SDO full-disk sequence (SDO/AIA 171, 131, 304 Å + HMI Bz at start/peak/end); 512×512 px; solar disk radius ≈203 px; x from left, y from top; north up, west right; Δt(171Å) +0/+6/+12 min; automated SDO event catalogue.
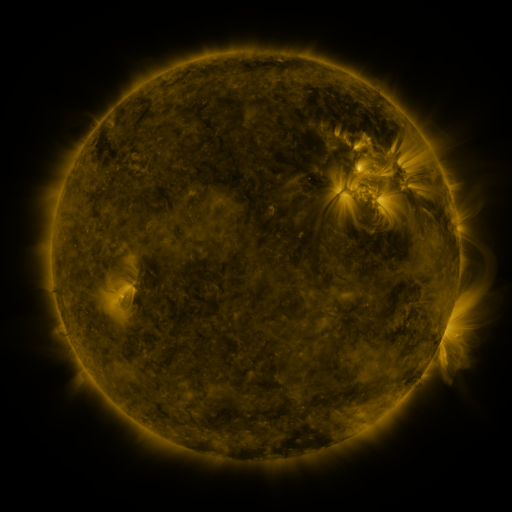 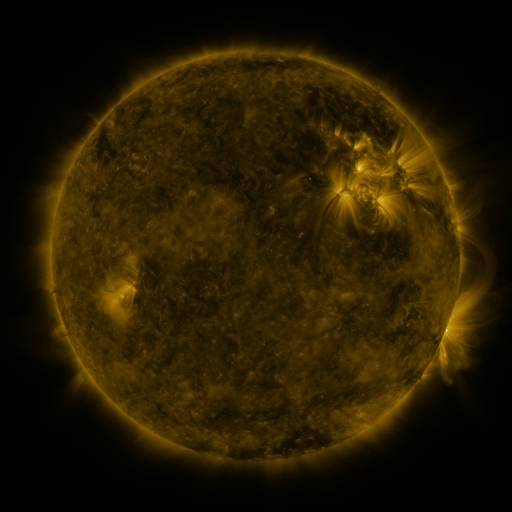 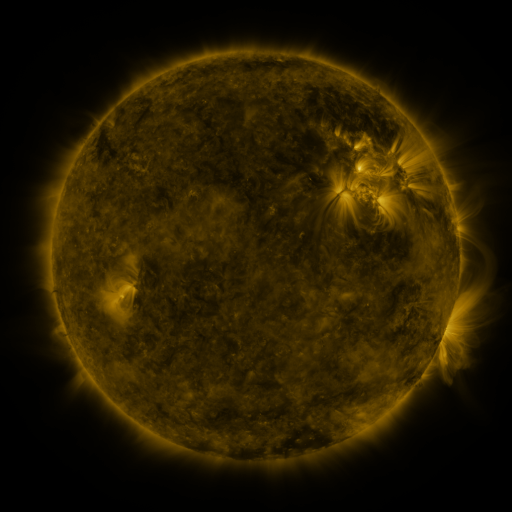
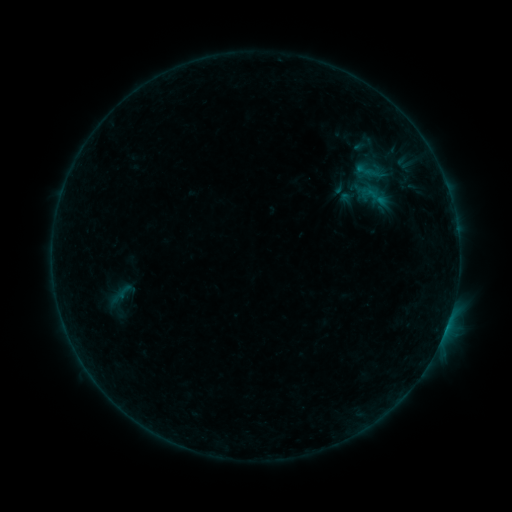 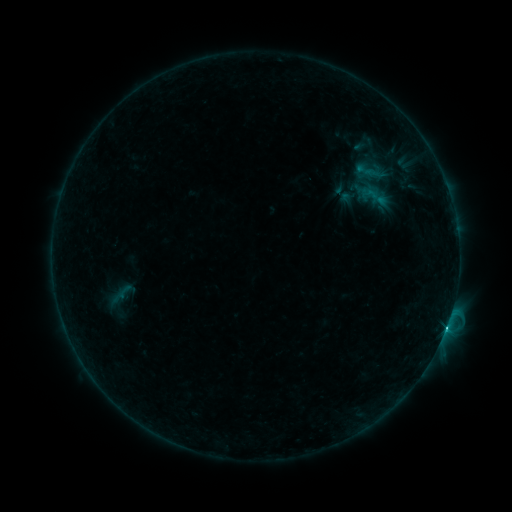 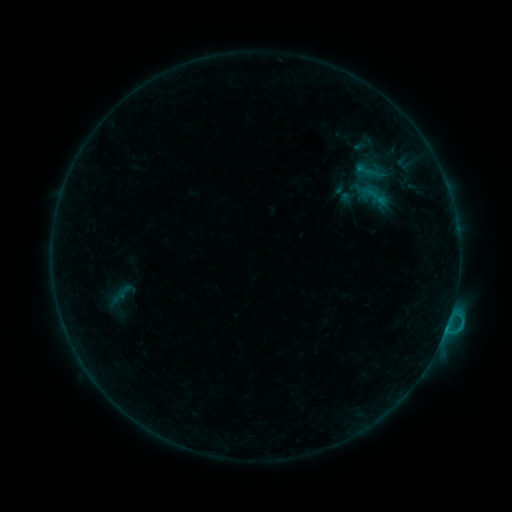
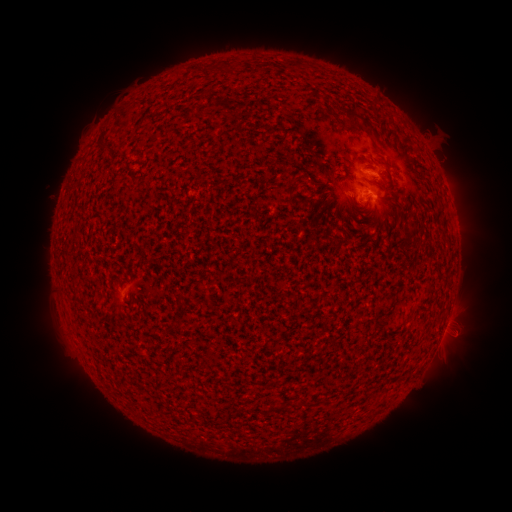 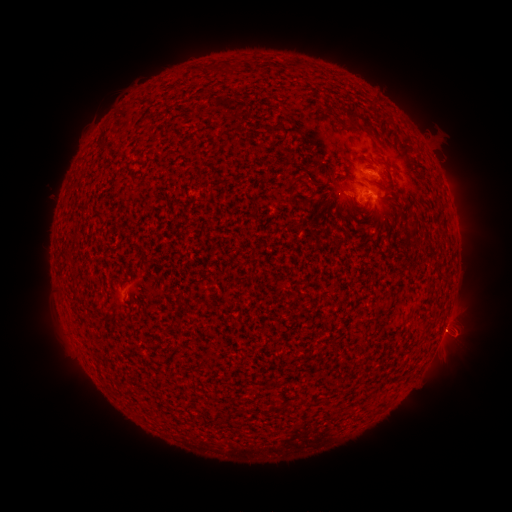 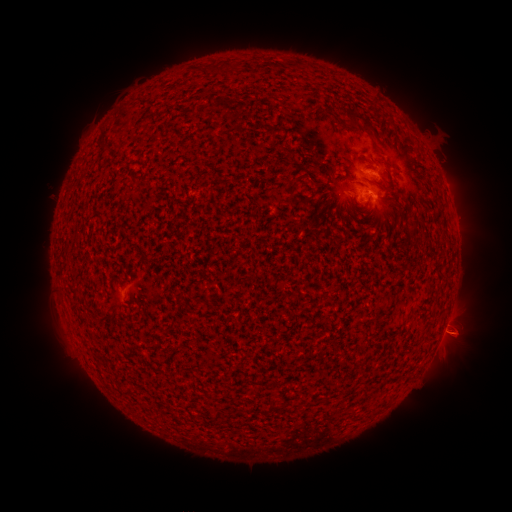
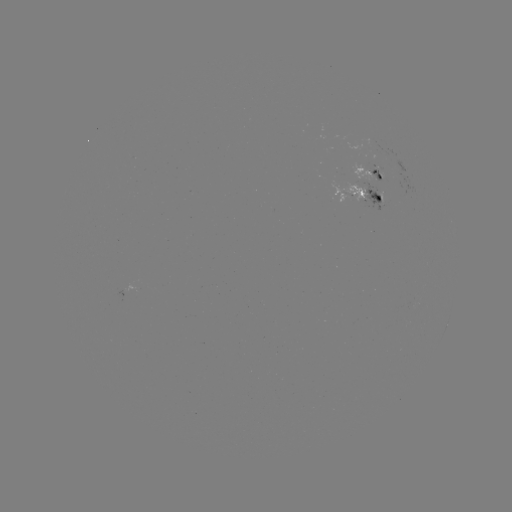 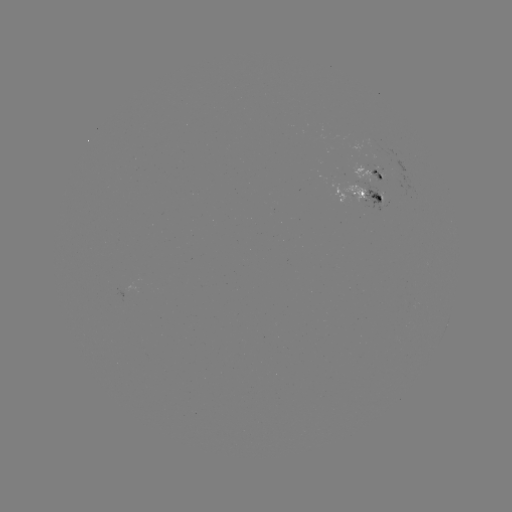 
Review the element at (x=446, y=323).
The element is C2.7 flare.